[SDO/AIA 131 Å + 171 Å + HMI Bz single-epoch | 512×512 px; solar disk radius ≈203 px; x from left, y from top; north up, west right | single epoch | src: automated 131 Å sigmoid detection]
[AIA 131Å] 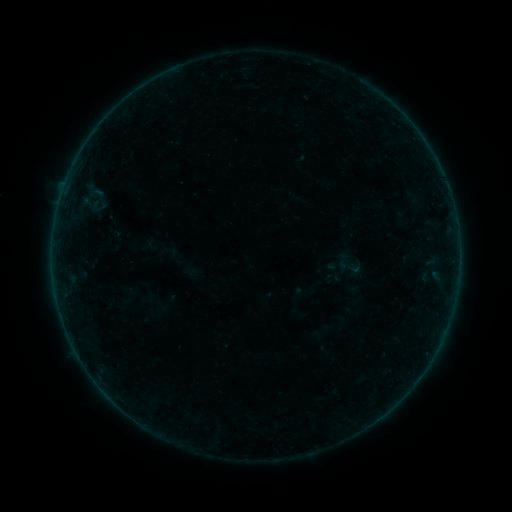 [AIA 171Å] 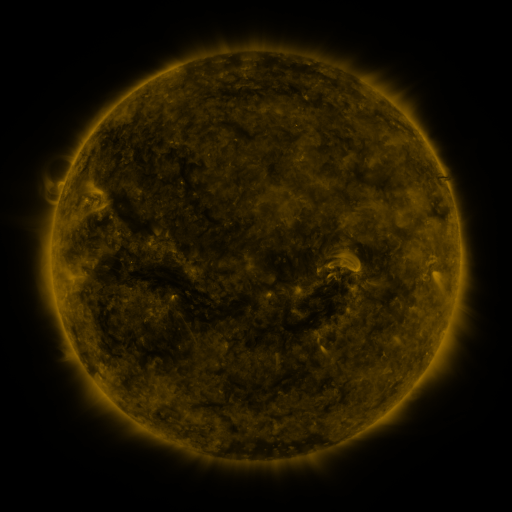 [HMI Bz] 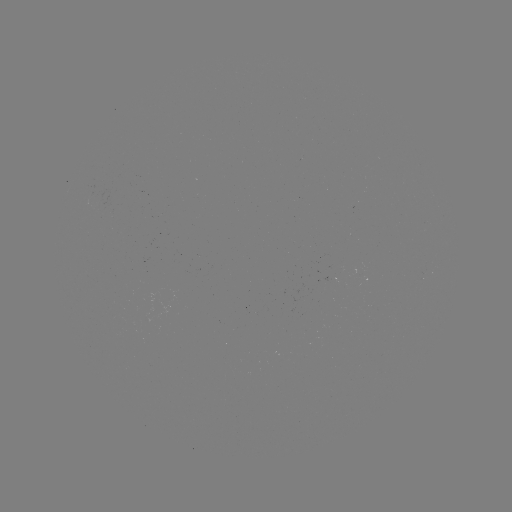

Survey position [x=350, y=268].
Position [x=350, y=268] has sigmoid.